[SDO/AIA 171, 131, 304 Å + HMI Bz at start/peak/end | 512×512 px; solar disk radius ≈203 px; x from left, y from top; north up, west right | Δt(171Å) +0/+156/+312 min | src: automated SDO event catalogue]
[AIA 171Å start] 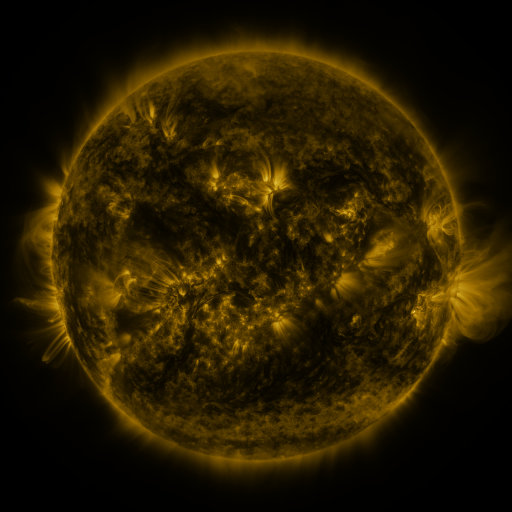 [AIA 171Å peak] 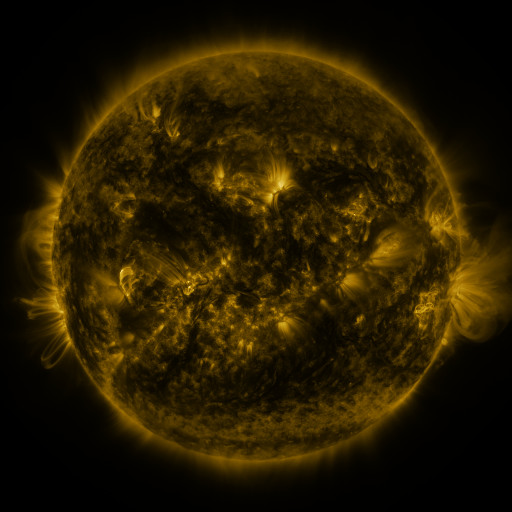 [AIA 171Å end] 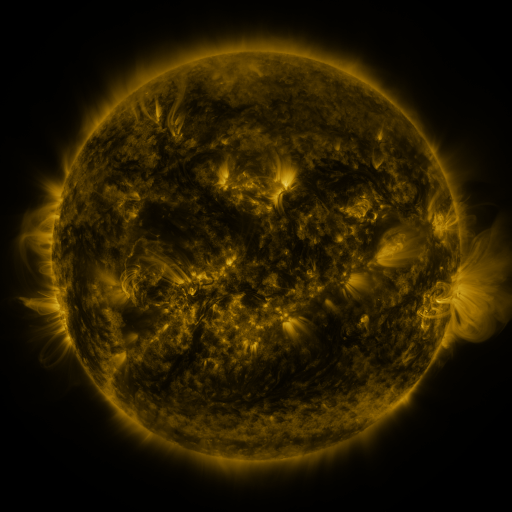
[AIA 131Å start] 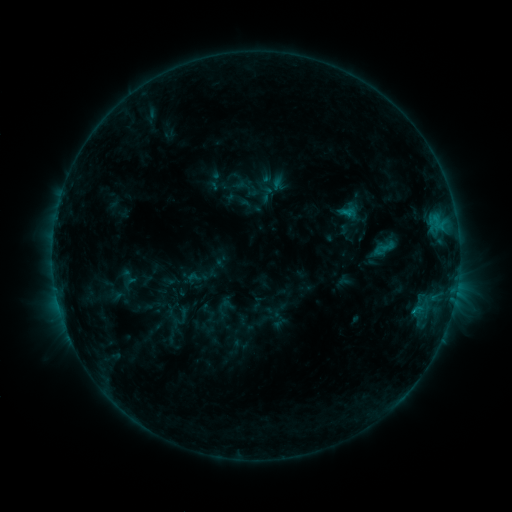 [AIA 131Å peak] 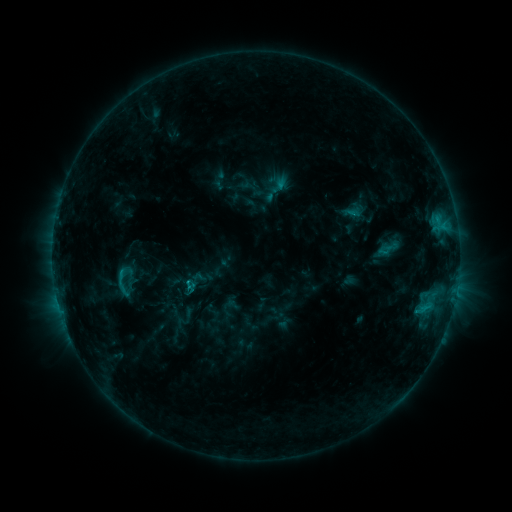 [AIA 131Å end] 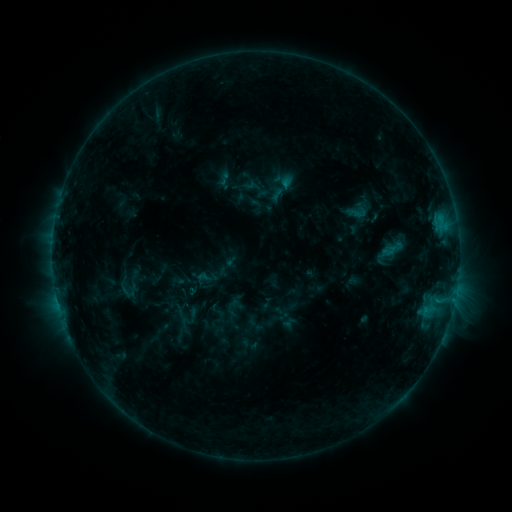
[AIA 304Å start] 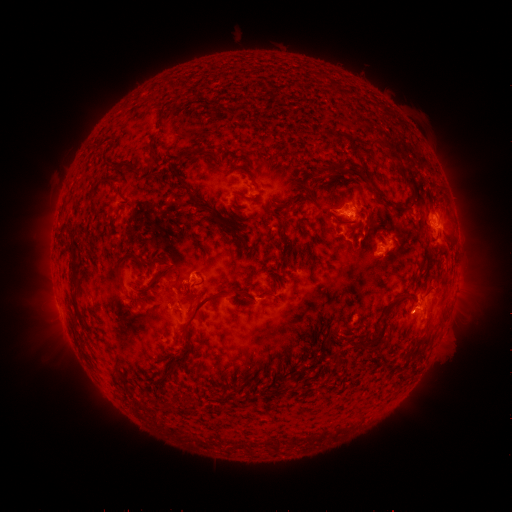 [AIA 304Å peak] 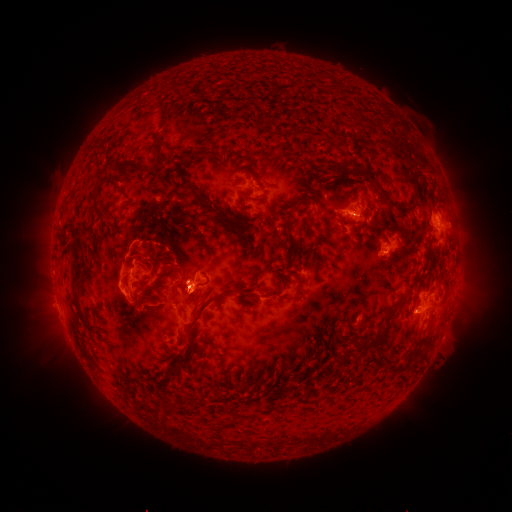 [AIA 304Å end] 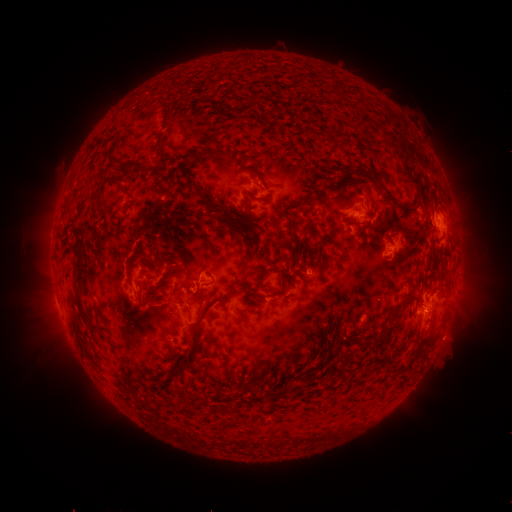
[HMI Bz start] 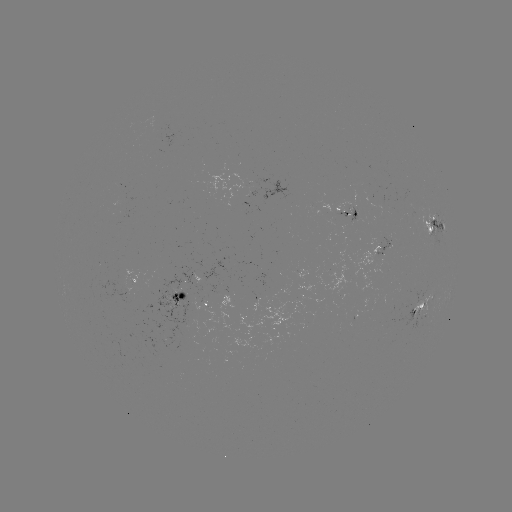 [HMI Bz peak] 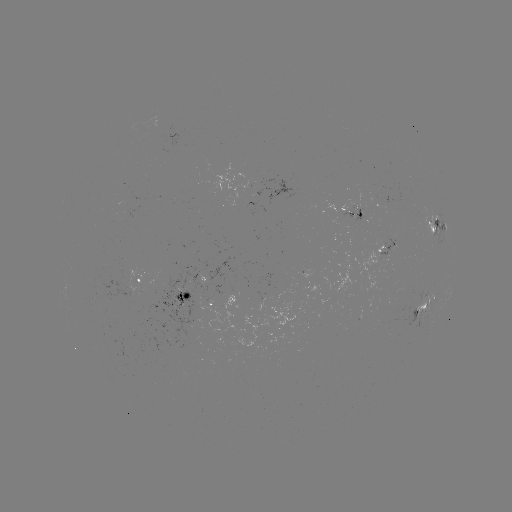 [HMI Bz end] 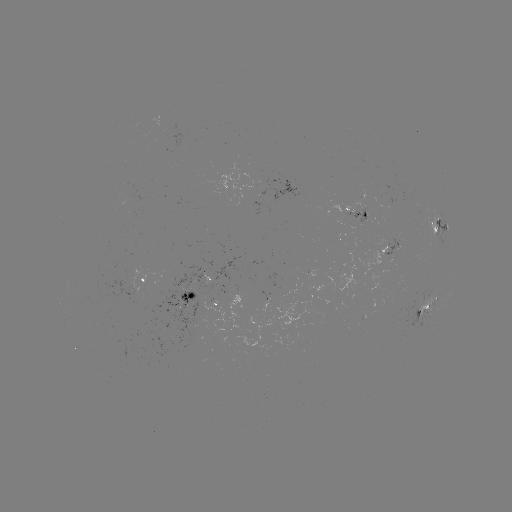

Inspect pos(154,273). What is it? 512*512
filament eruption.